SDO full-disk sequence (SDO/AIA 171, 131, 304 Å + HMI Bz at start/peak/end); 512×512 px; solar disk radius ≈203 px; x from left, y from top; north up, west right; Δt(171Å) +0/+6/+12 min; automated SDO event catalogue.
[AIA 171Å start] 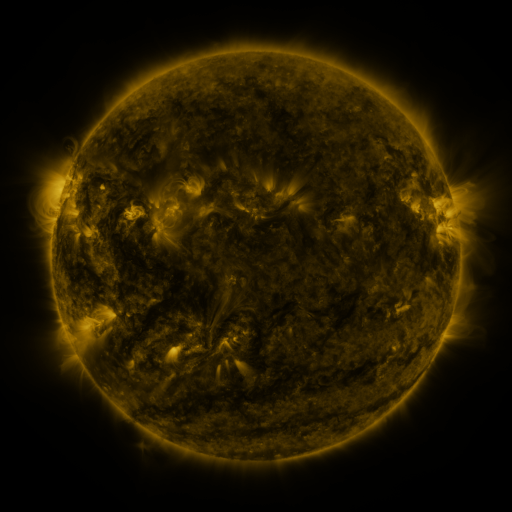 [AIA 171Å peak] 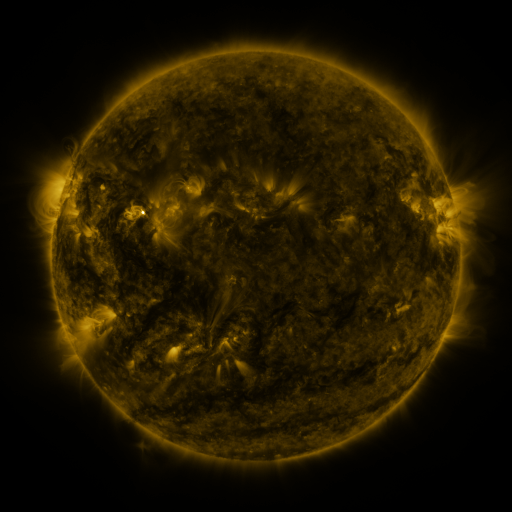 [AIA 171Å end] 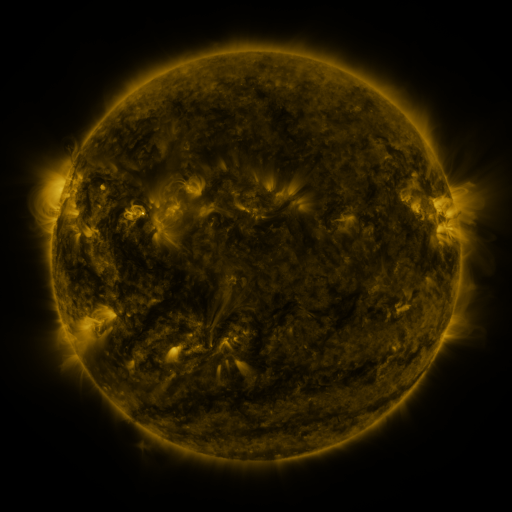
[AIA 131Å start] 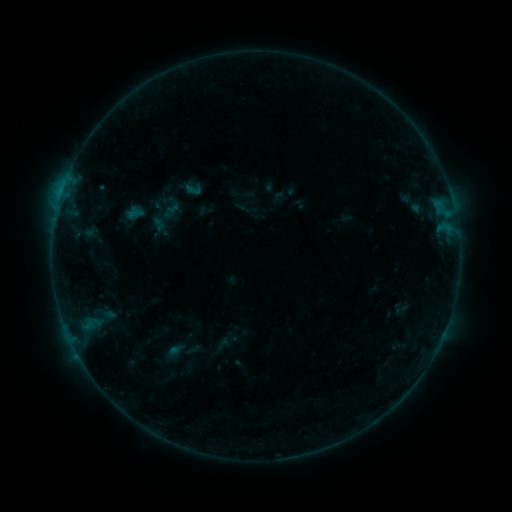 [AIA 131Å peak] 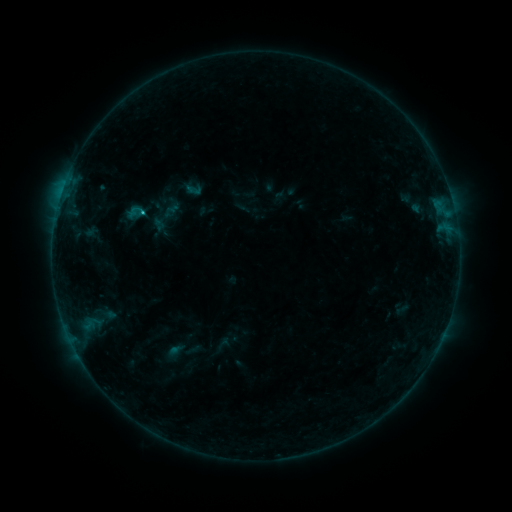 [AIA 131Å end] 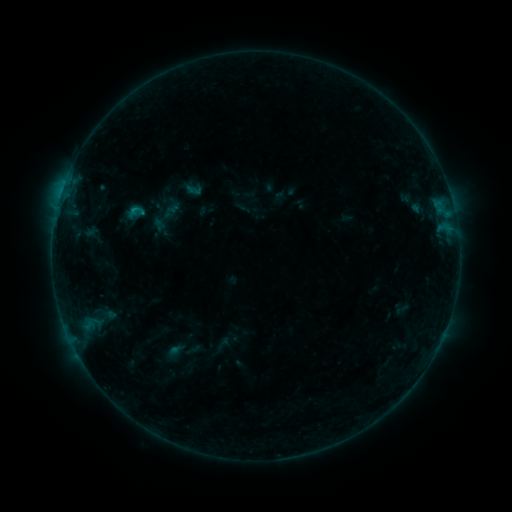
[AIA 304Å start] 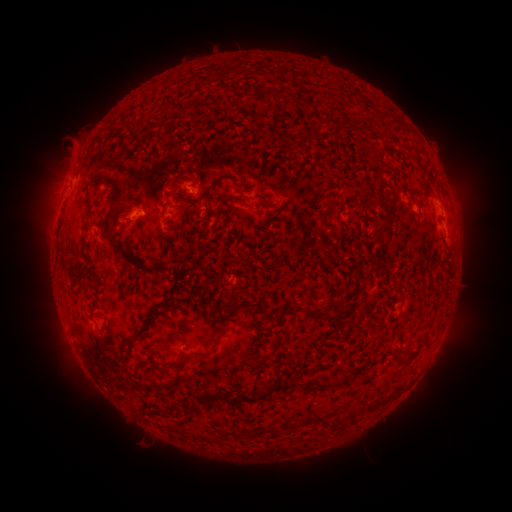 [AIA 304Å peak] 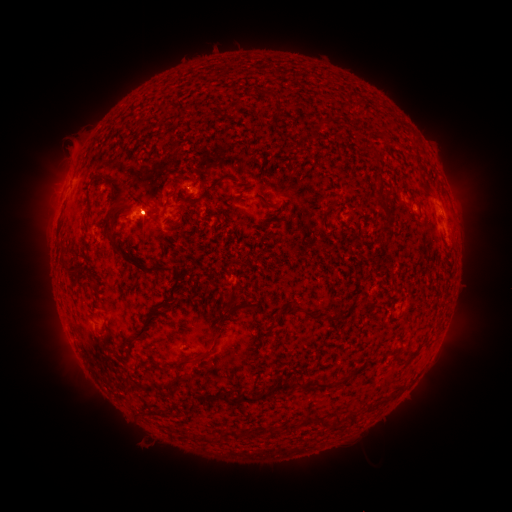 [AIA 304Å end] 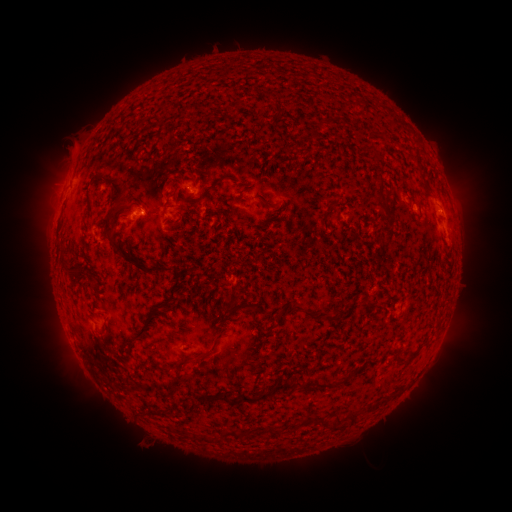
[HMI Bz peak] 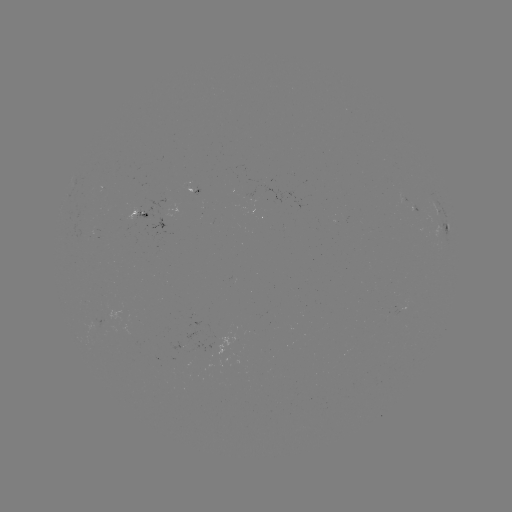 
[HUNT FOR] B5.2 flare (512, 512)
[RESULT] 141,213